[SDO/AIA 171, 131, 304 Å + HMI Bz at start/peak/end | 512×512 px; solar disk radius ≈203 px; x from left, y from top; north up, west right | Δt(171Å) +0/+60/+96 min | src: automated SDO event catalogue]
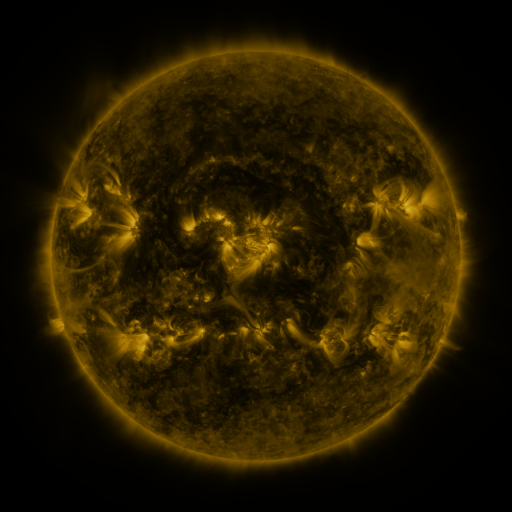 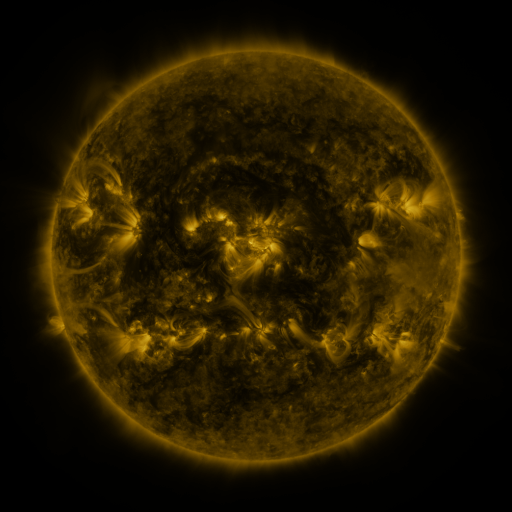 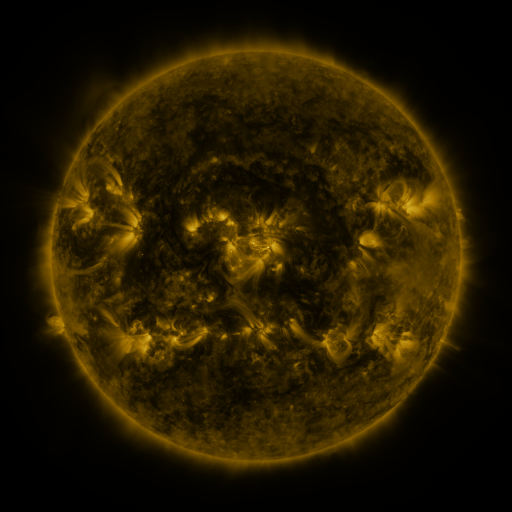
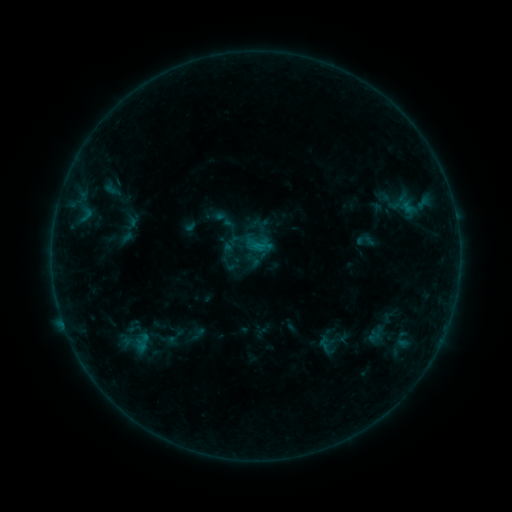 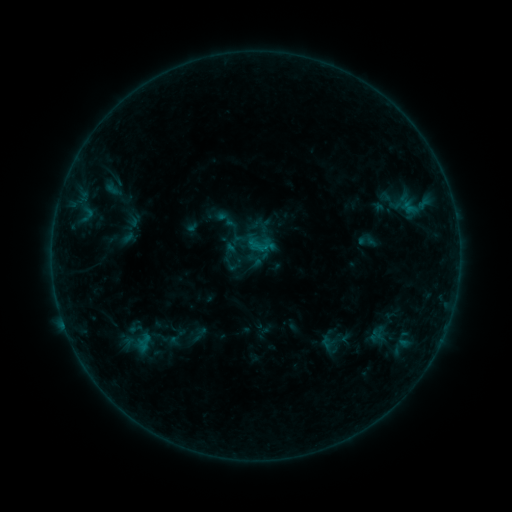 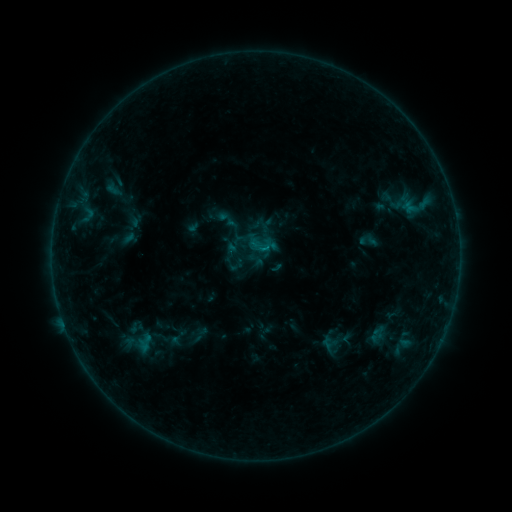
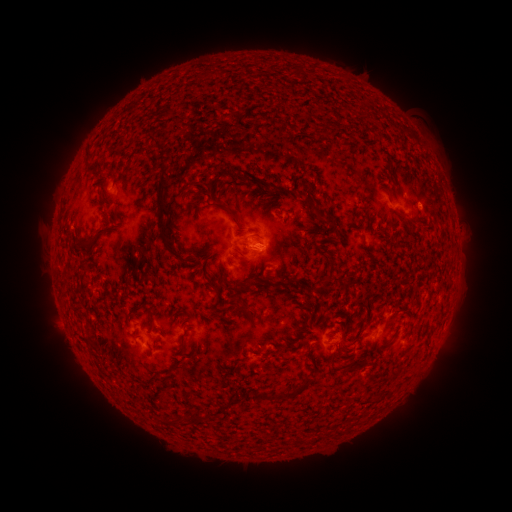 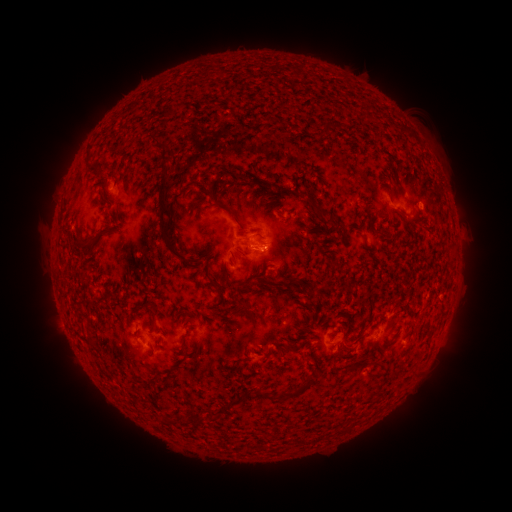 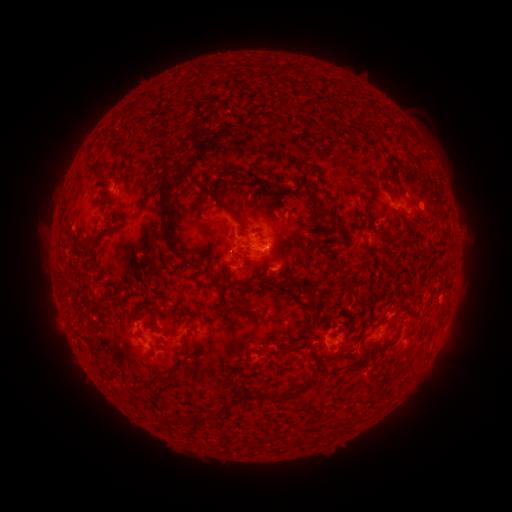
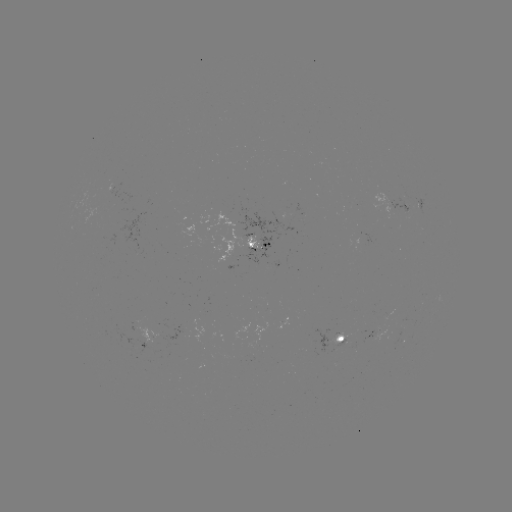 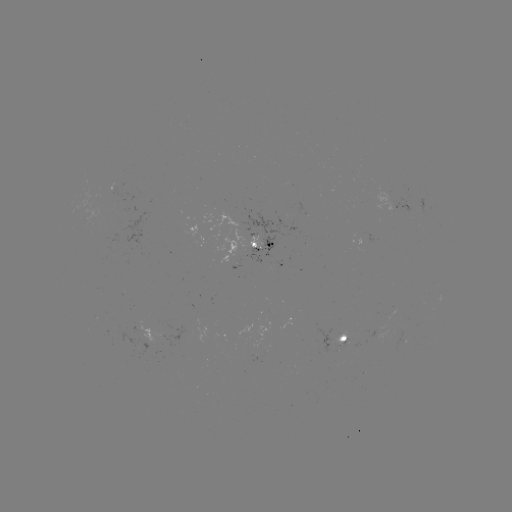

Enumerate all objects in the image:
emerging-flux region: (372, 338)
